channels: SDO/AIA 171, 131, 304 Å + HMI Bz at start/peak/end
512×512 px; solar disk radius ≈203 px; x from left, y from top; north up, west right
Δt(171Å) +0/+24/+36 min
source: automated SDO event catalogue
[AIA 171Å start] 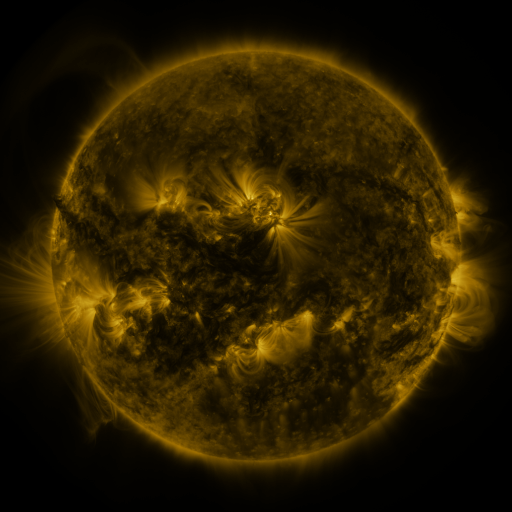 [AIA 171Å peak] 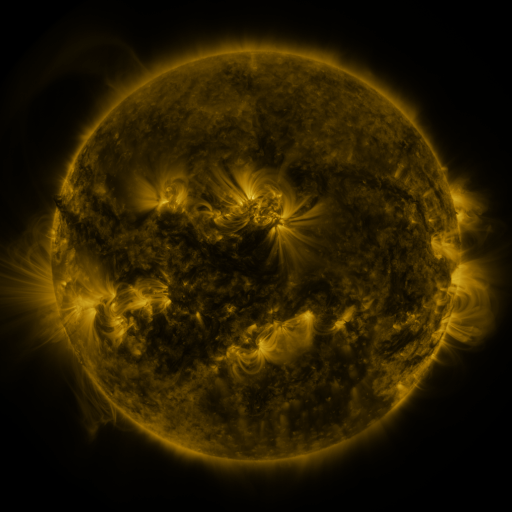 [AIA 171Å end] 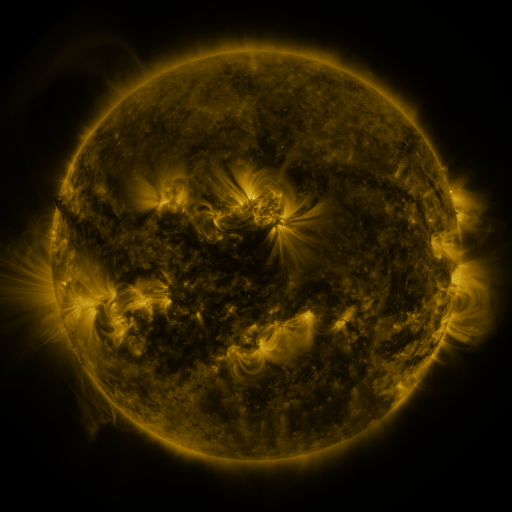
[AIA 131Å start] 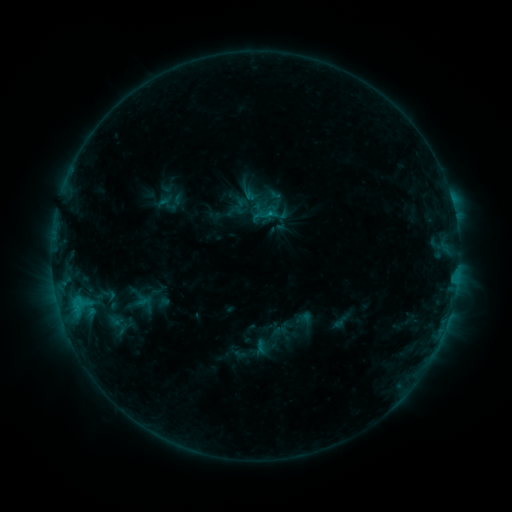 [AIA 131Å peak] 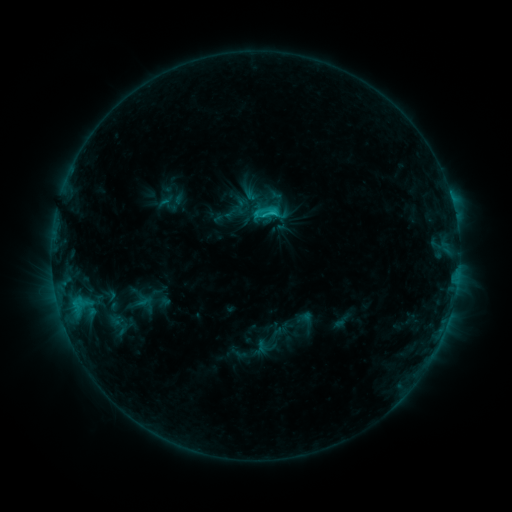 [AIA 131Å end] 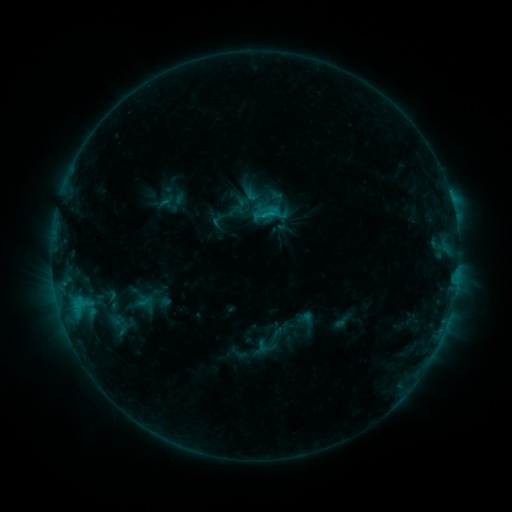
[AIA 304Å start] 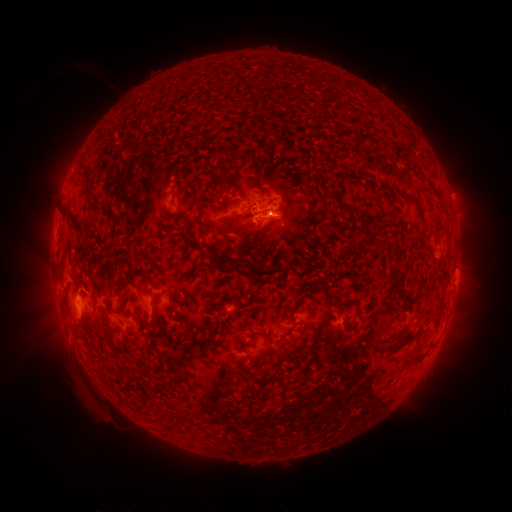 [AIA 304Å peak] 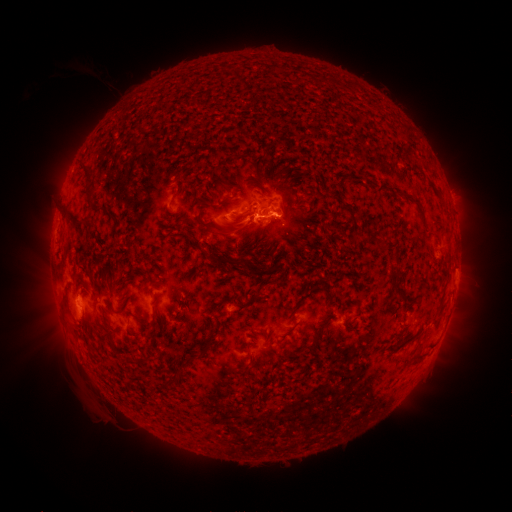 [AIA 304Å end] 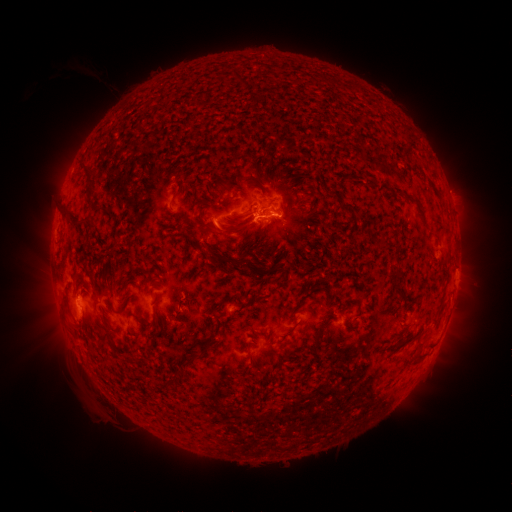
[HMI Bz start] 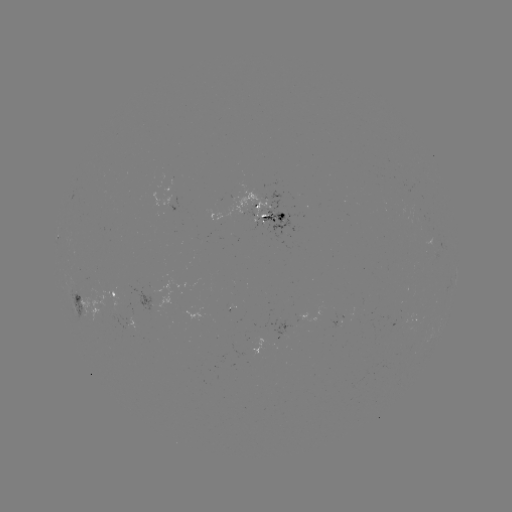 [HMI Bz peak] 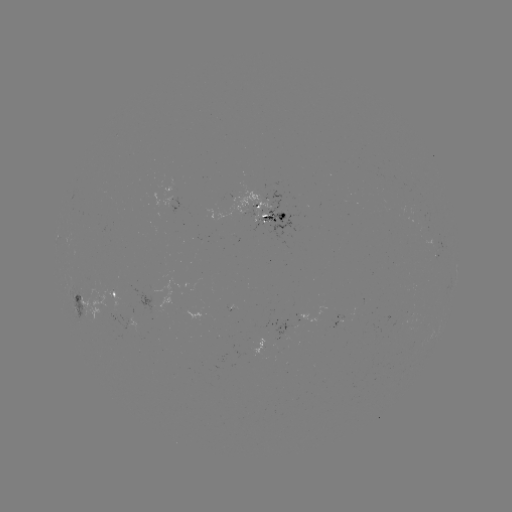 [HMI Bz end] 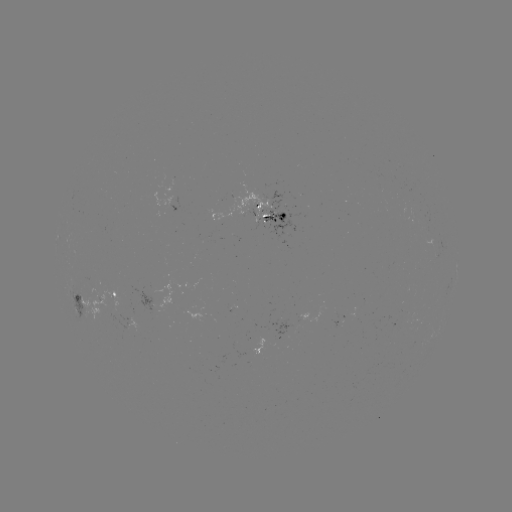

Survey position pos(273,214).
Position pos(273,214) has C1.8 flare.